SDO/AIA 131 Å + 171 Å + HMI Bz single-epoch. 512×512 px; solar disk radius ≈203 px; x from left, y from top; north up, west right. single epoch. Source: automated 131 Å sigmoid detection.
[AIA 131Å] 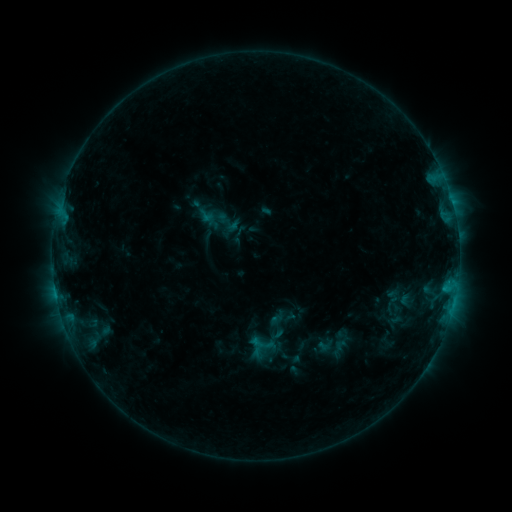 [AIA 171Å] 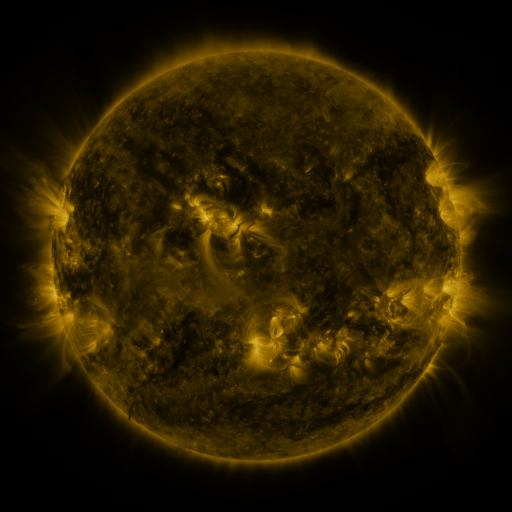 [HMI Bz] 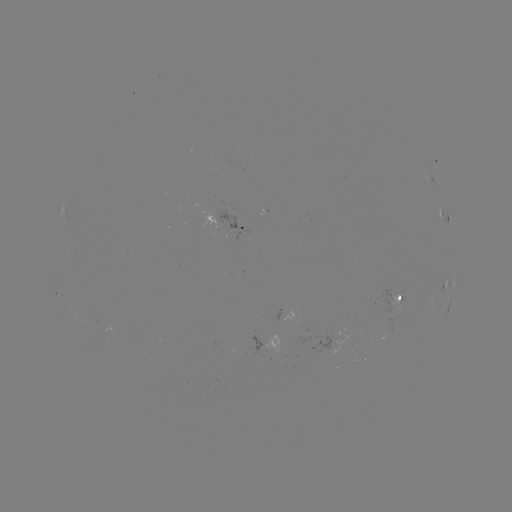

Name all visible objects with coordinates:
sigmoid: <bbox>197, 206, 215, 225</bbox>
sigmoid: <bbox>213, 218, 232, 238</bbox>
